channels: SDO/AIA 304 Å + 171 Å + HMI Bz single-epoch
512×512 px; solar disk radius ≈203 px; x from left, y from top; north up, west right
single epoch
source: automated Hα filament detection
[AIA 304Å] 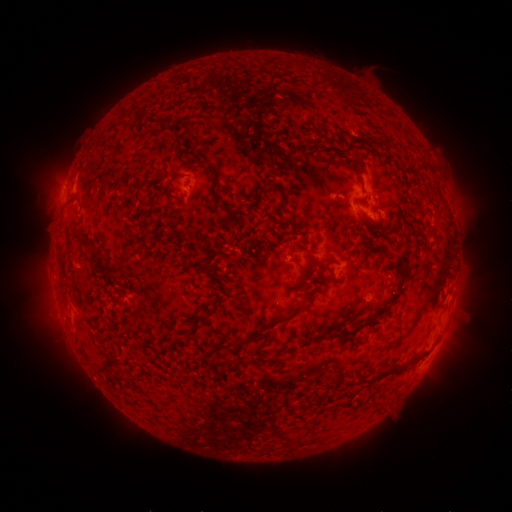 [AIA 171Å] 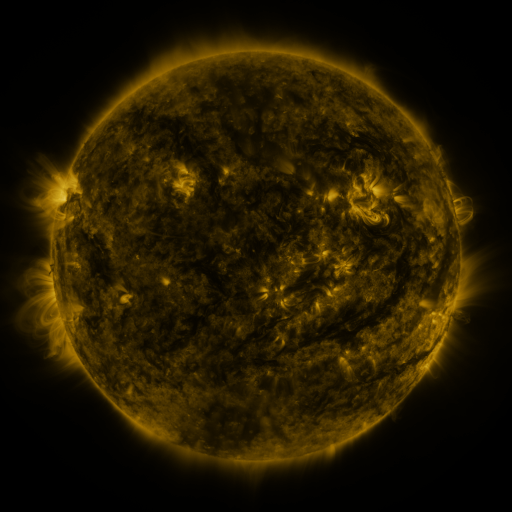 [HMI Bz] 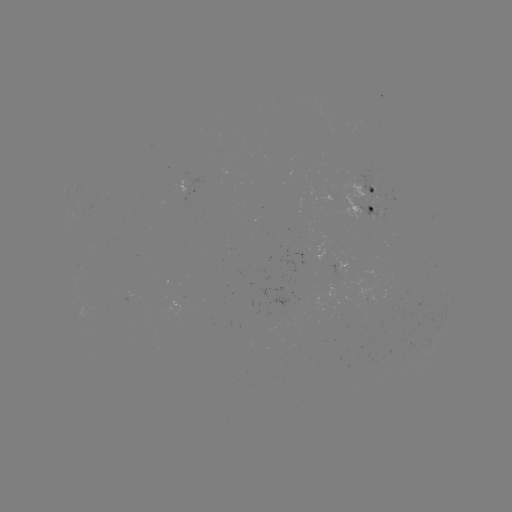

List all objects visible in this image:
filament: (329, 84)
filament: (122, 118)
filament: (355, 163)
filament: (175, 177)
filament: (212, 188)
filament: (280, 189)
filament: (141, 232)
filament: (85, 244)
filament: (405, 258)
filament: (329, 261)
filament: (115, 267)
filament: (395, 294)
filament: (285, 318)
filament: (344, 321)
filament: (257, 337)
filament: (400, 369)
